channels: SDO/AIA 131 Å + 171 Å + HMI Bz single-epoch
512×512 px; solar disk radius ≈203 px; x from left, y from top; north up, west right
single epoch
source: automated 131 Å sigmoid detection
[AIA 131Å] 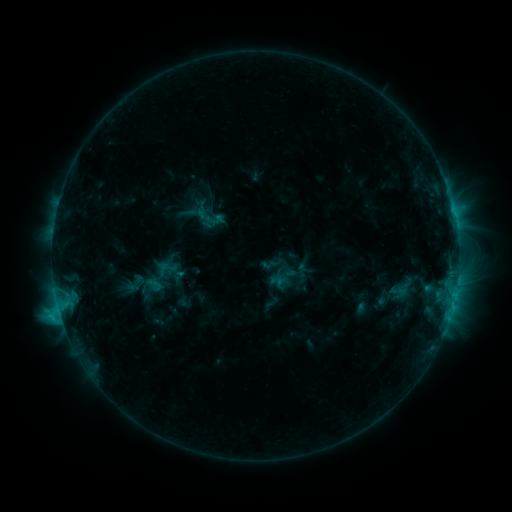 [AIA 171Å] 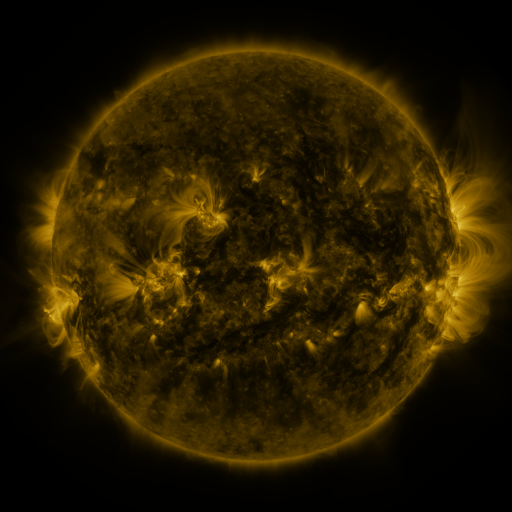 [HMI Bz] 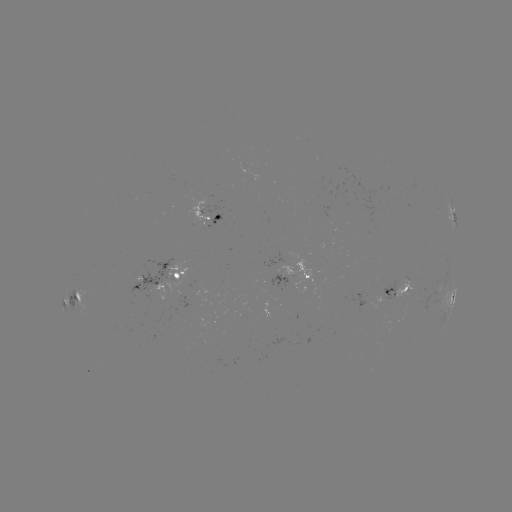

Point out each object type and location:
sigmoid: (208, 216)
